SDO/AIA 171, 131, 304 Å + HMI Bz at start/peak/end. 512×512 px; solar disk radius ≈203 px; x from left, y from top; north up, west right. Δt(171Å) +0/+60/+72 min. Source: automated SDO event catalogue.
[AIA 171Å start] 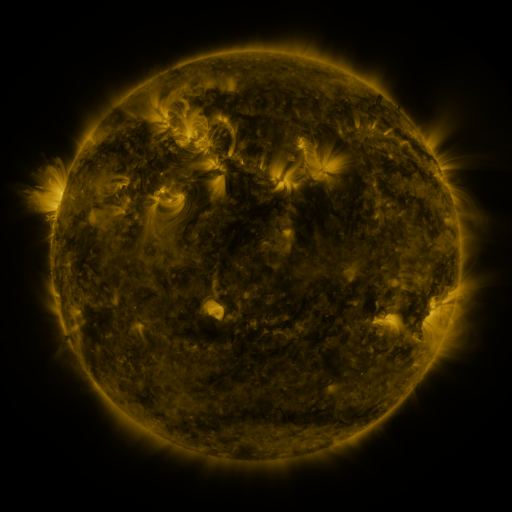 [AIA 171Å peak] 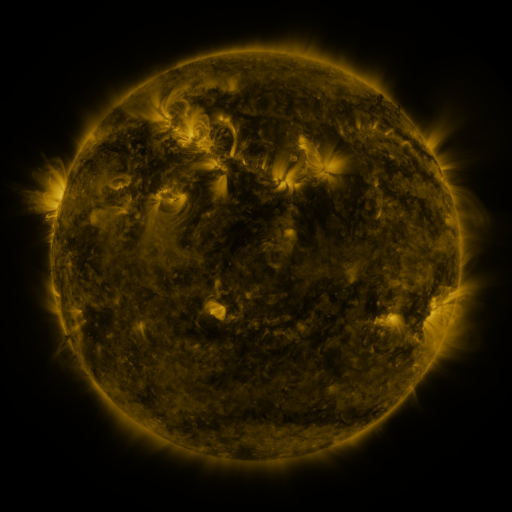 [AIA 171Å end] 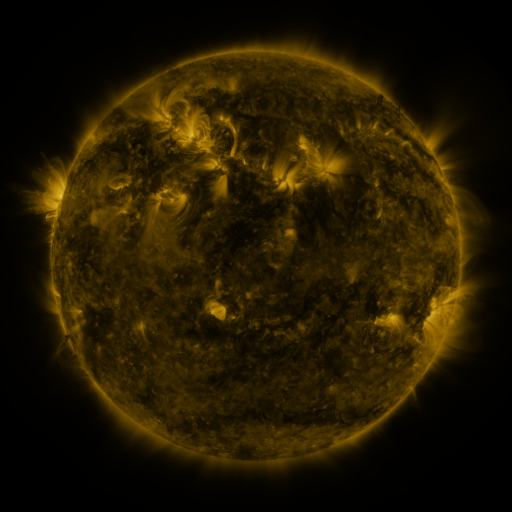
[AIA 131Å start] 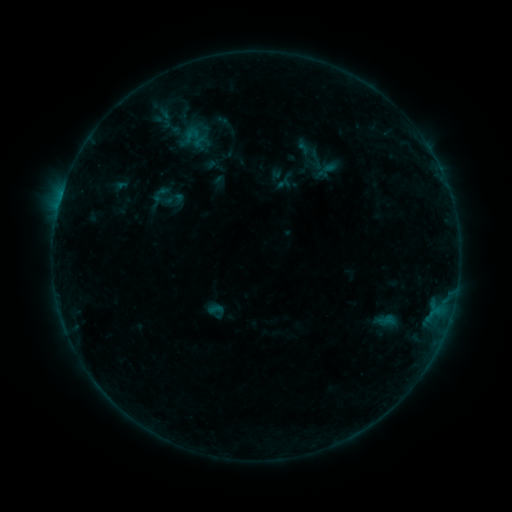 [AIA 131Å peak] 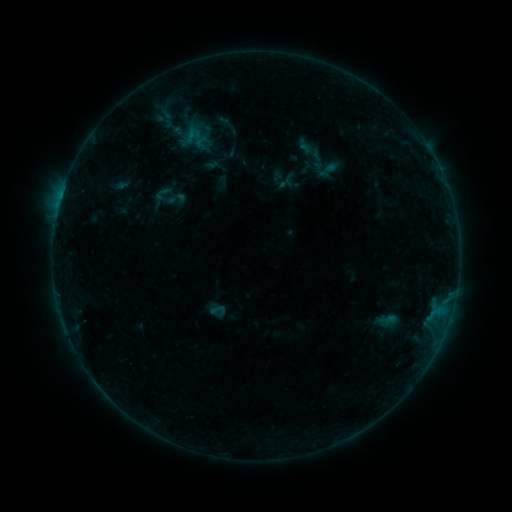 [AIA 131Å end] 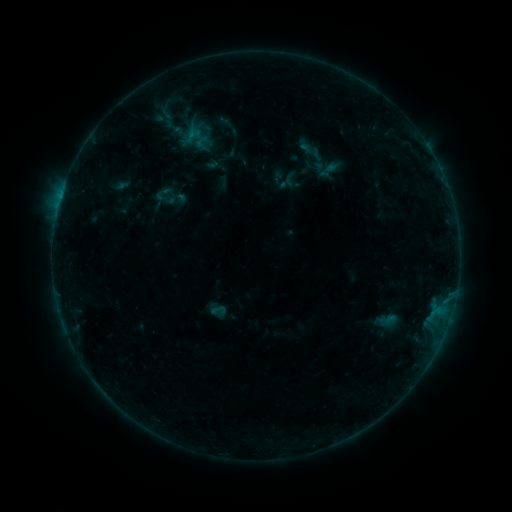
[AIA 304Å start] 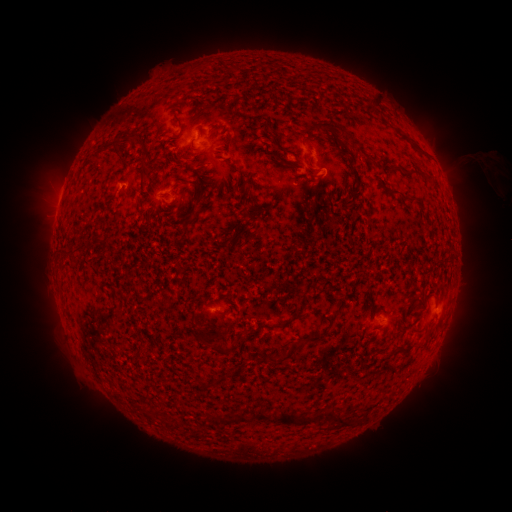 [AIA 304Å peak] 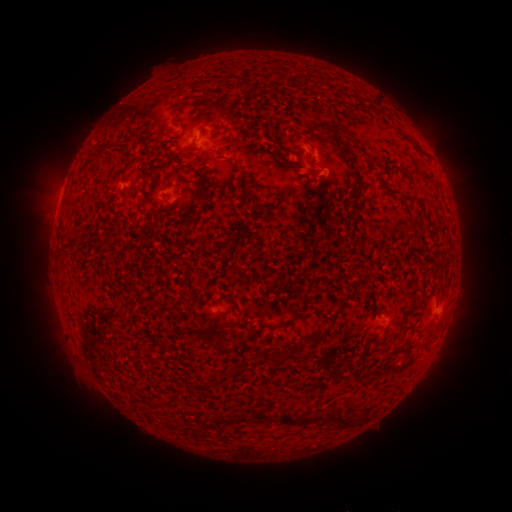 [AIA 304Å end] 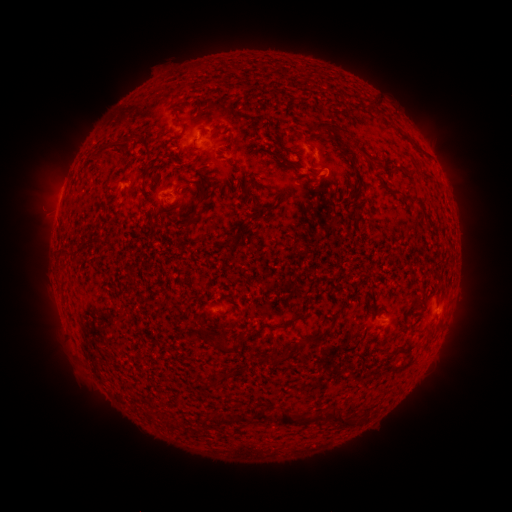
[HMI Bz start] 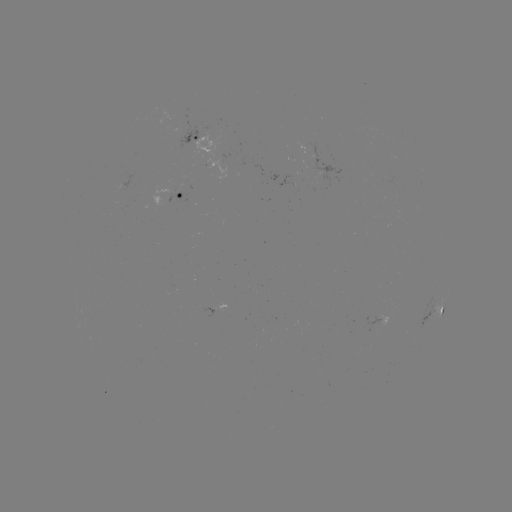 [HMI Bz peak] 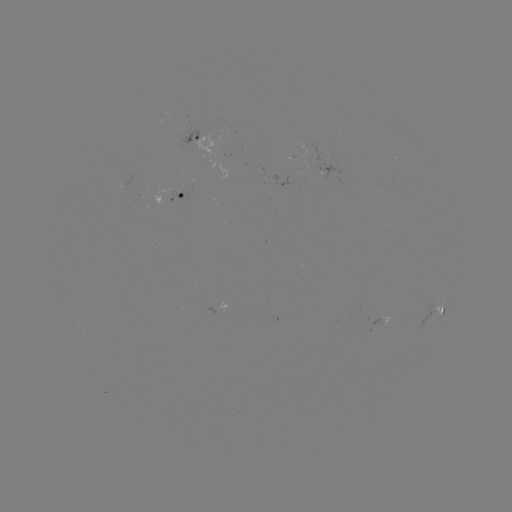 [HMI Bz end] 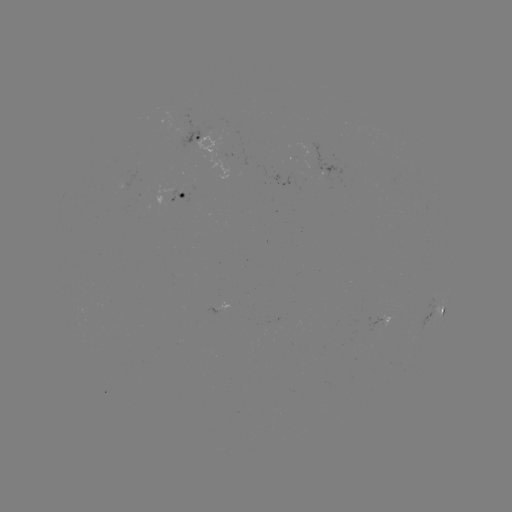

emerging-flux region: <bbox>155, 188, 177, 194</bbox>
